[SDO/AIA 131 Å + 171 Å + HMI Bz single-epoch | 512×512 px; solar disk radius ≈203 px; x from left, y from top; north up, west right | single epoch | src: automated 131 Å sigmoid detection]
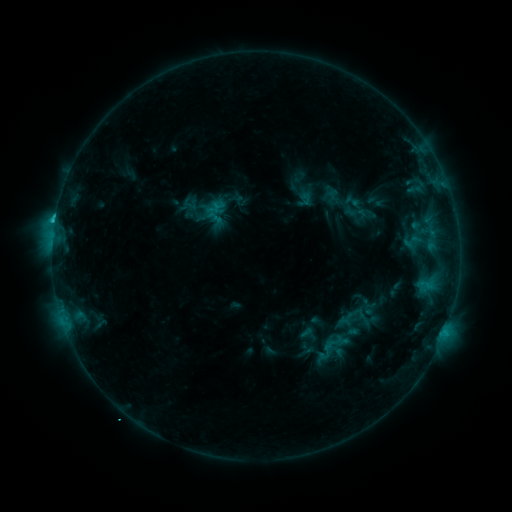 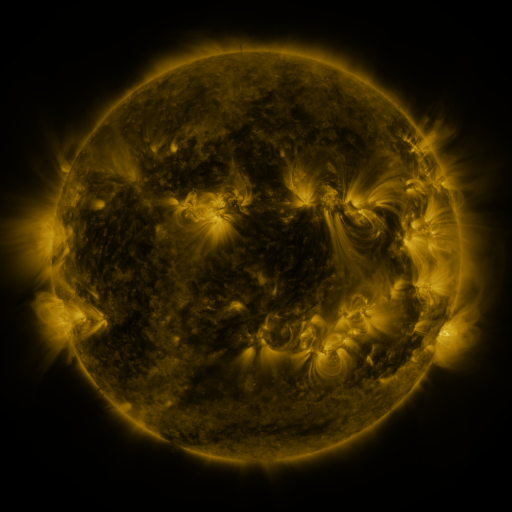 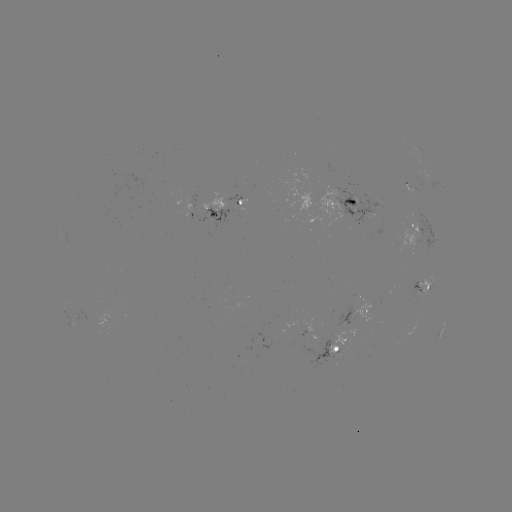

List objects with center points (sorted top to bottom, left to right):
sigmoid: (326, 333, 343, 351)
